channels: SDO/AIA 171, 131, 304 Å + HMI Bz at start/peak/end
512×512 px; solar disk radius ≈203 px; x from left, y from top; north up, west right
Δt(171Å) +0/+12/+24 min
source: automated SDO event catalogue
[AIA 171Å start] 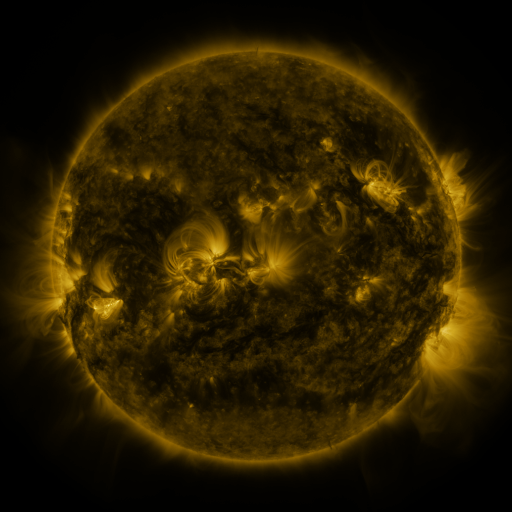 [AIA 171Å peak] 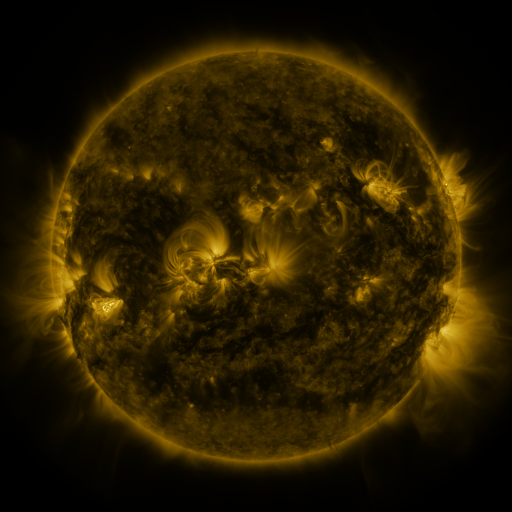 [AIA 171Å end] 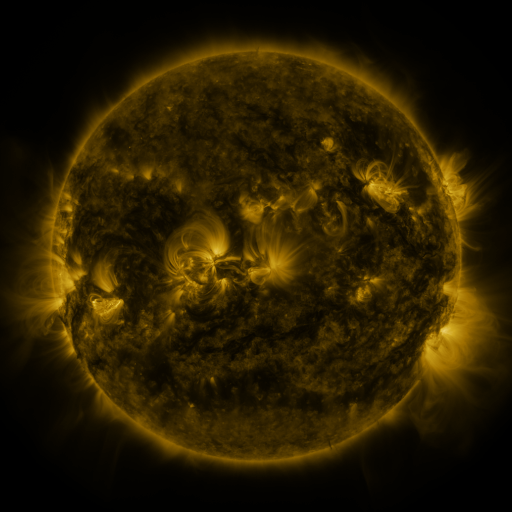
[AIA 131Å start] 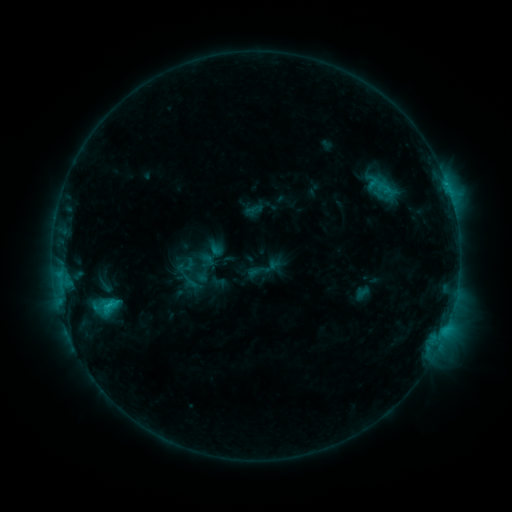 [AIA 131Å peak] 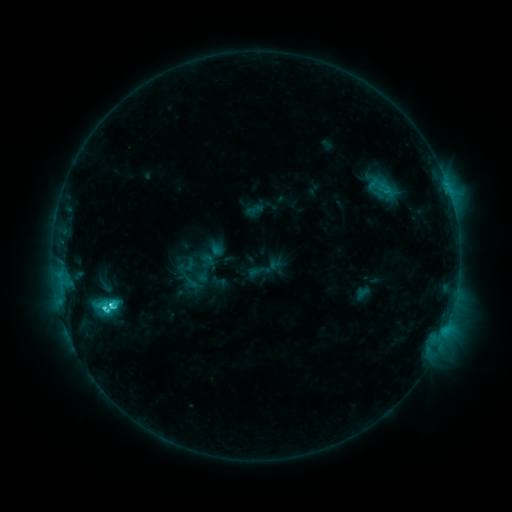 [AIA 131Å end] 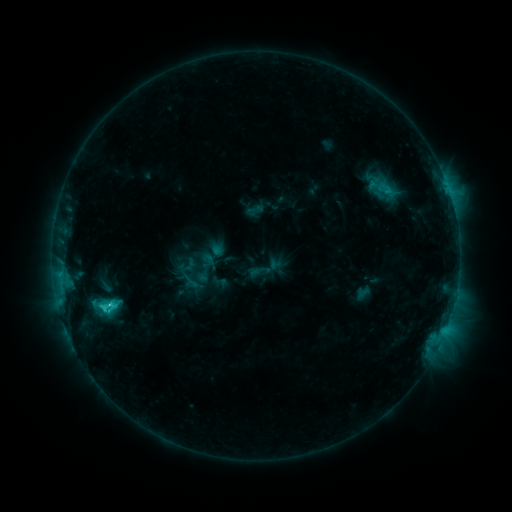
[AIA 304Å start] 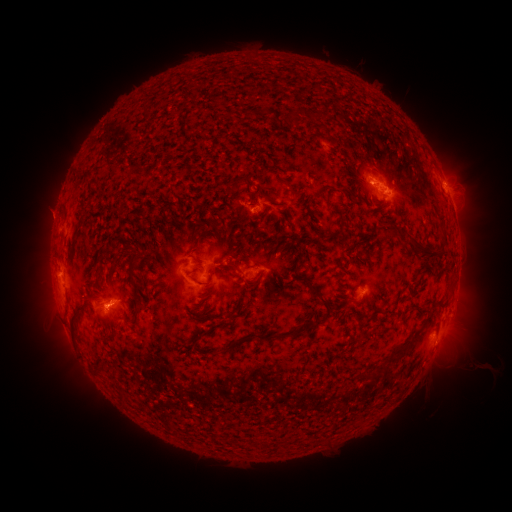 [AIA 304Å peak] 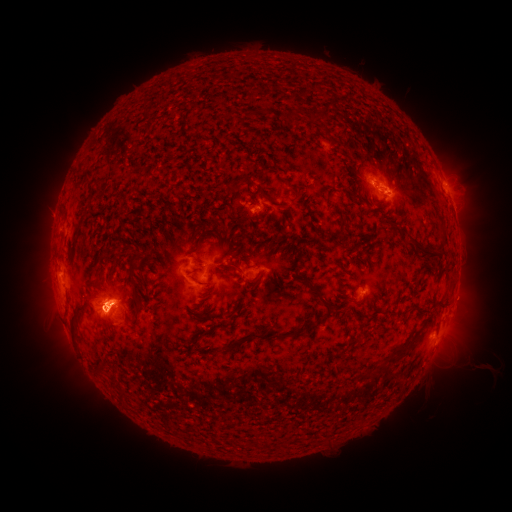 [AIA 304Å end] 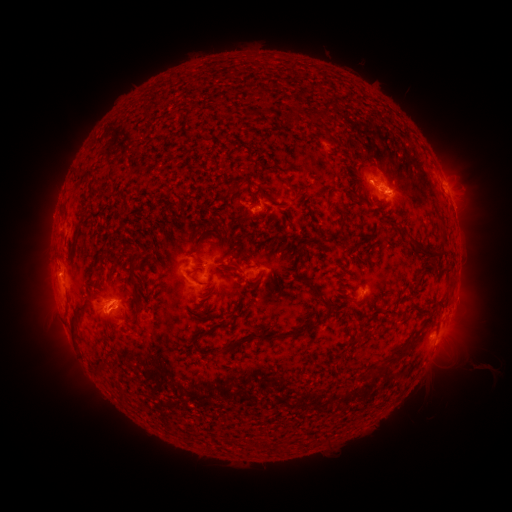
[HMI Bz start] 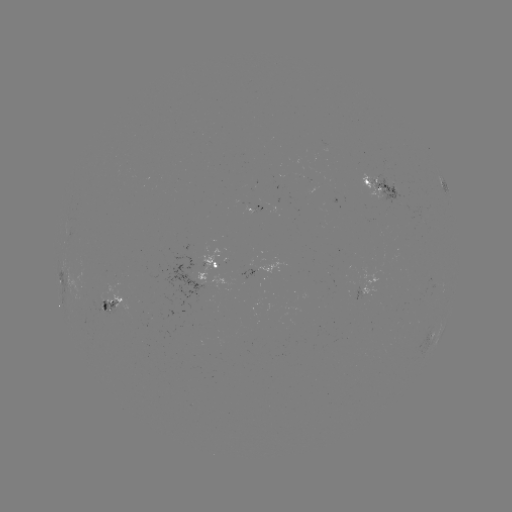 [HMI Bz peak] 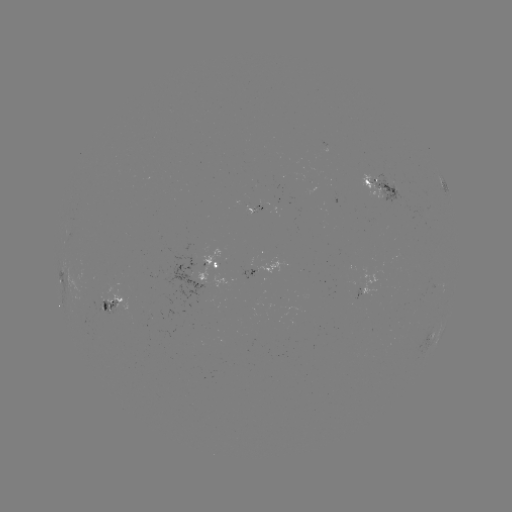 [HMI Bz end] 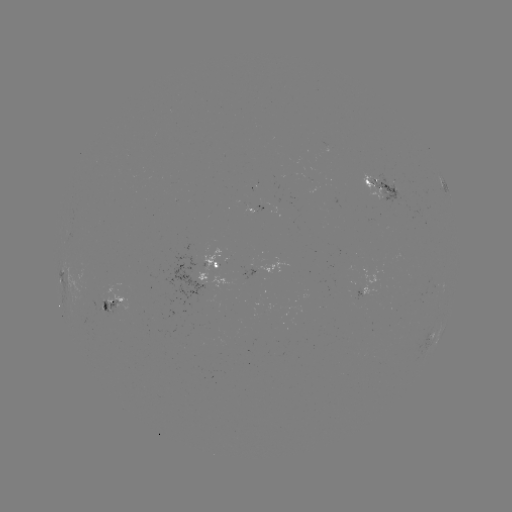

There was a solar eruption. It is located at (110, 305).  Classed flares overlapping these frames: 1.